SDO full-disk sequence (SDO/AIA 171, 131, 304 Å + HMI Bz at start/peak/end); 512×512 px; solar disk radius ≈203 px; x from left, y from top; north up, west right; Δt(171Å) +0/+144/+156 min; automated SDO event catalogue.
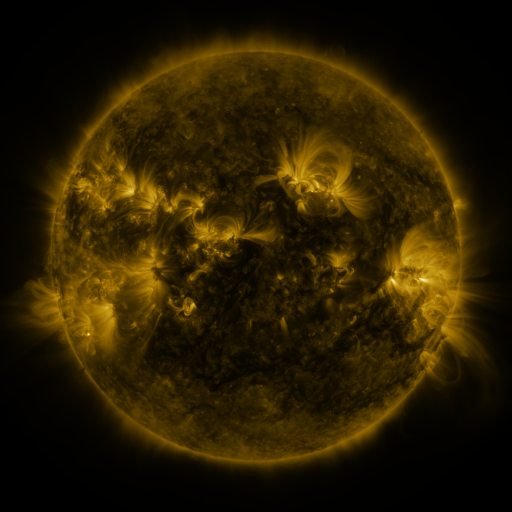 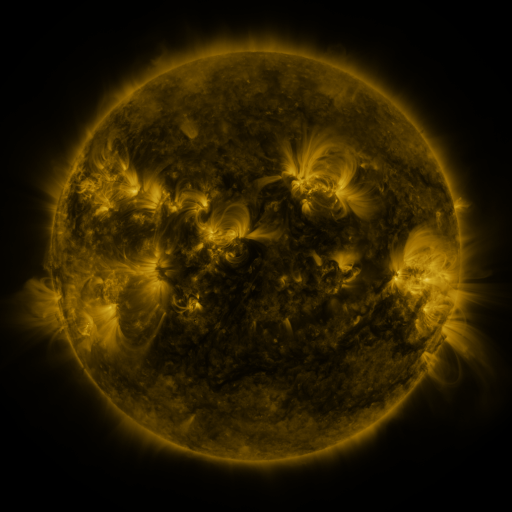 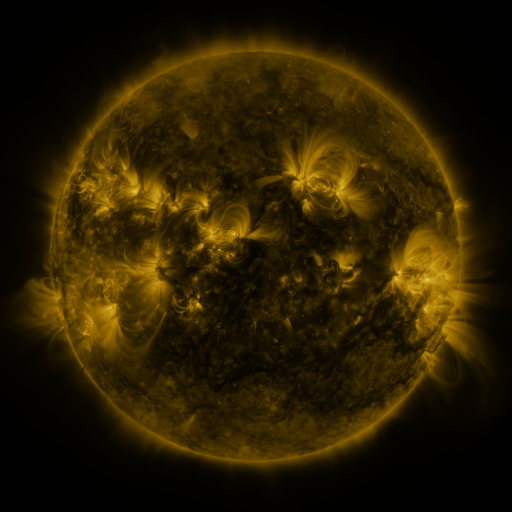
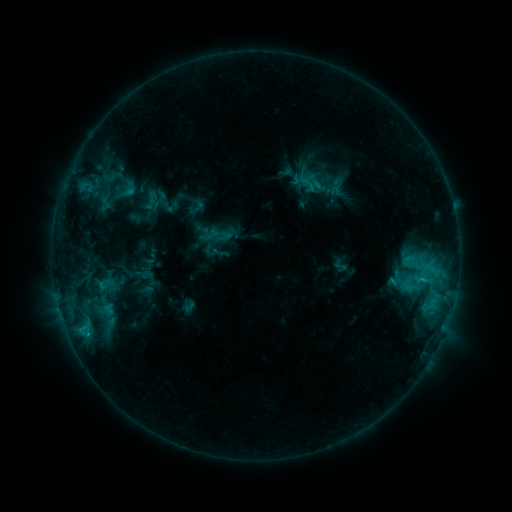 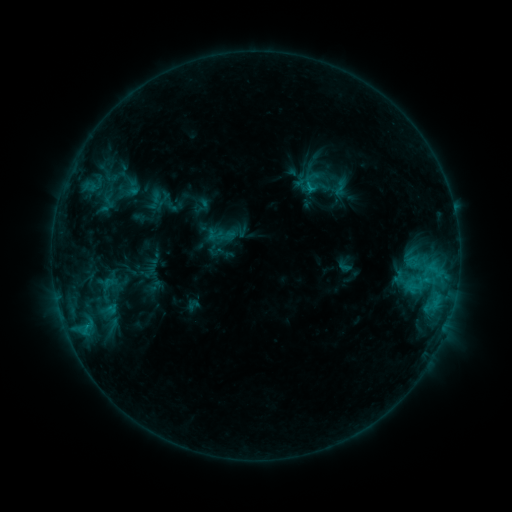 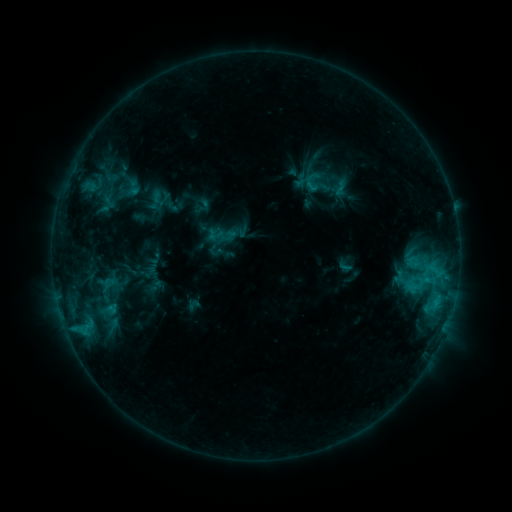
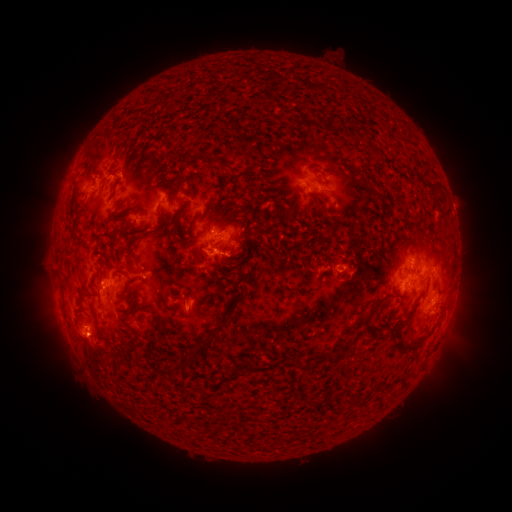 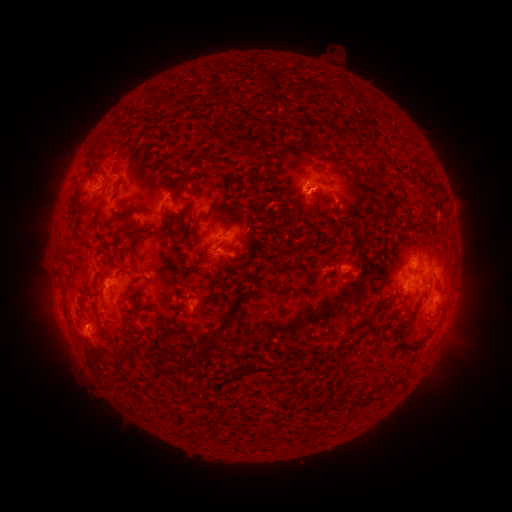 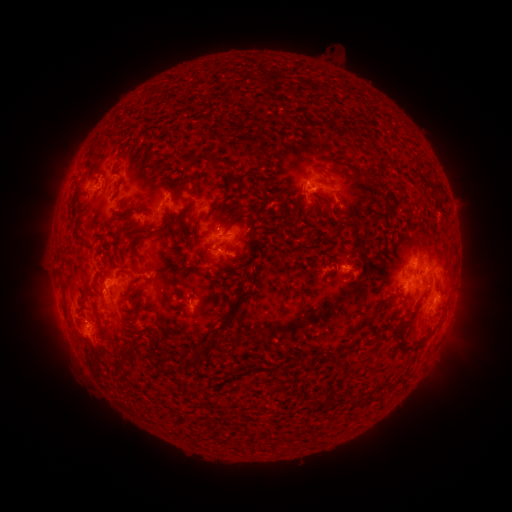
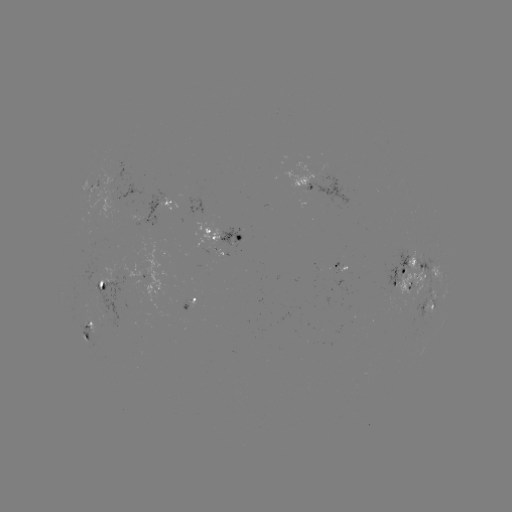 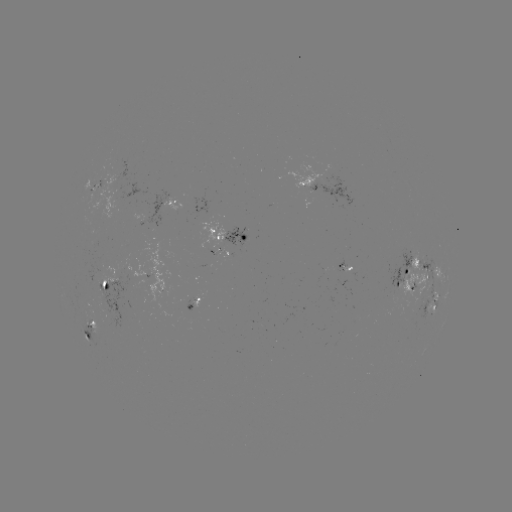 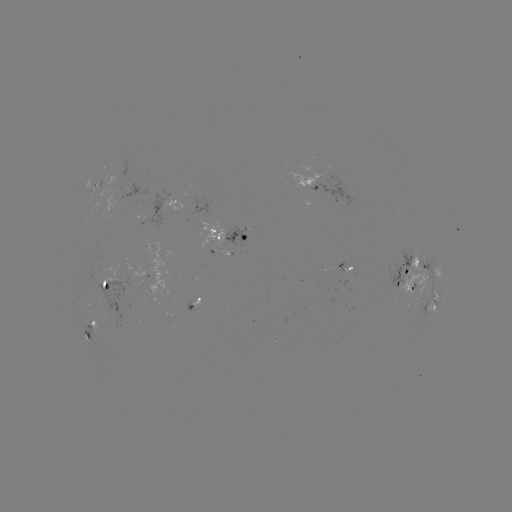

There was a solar emerging-flux region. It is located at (213, 252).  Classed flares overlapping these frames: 1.